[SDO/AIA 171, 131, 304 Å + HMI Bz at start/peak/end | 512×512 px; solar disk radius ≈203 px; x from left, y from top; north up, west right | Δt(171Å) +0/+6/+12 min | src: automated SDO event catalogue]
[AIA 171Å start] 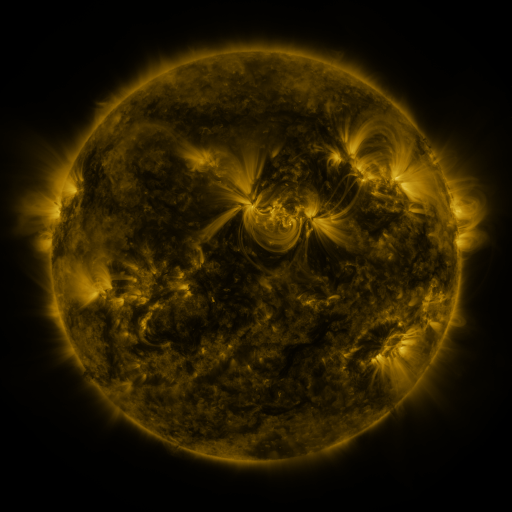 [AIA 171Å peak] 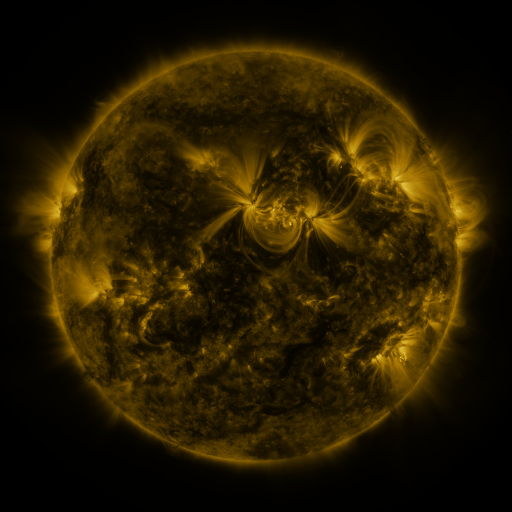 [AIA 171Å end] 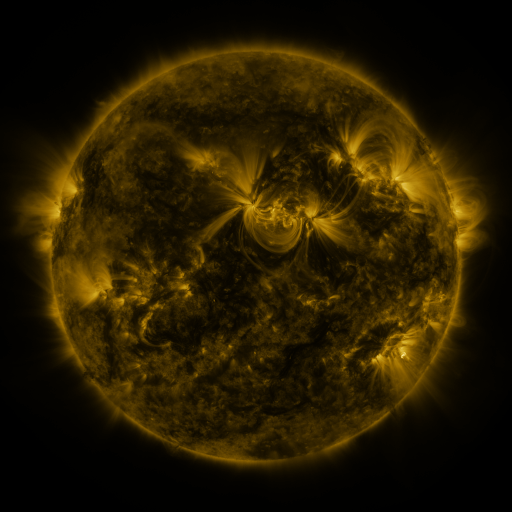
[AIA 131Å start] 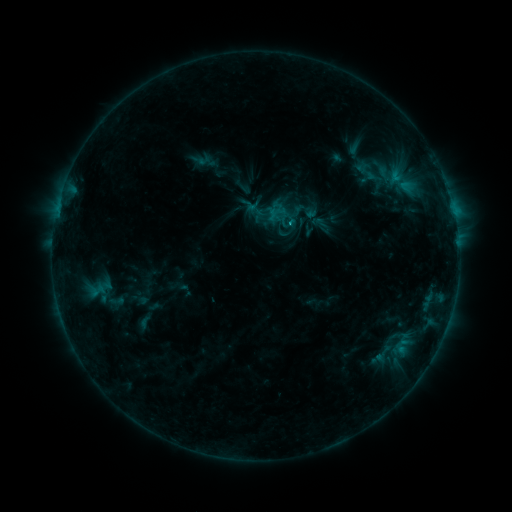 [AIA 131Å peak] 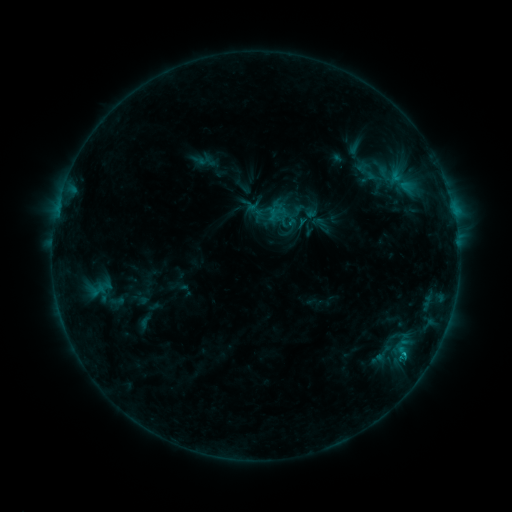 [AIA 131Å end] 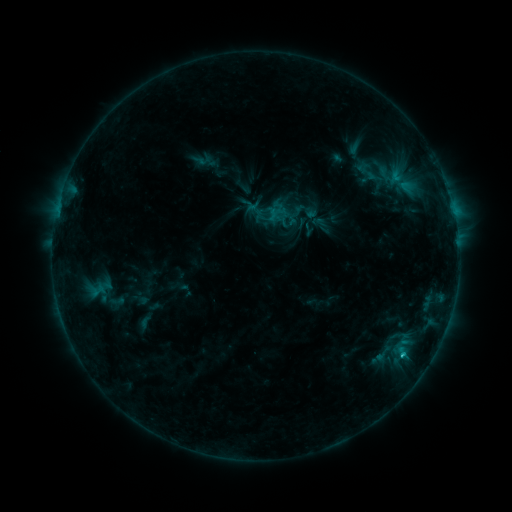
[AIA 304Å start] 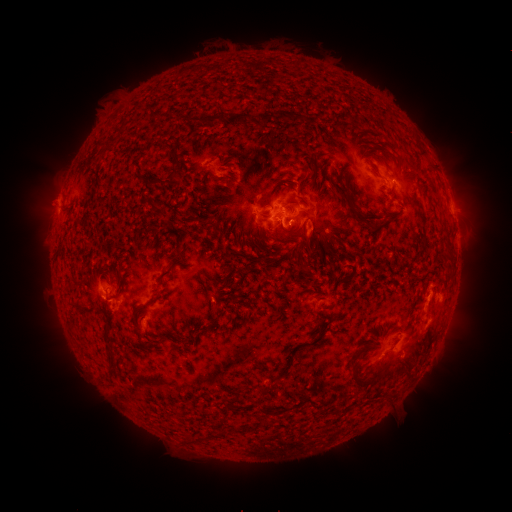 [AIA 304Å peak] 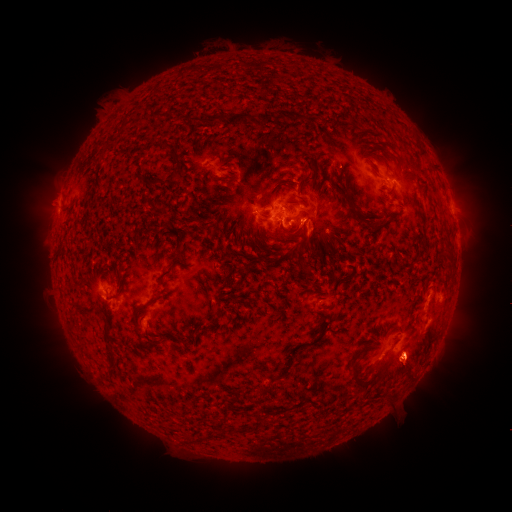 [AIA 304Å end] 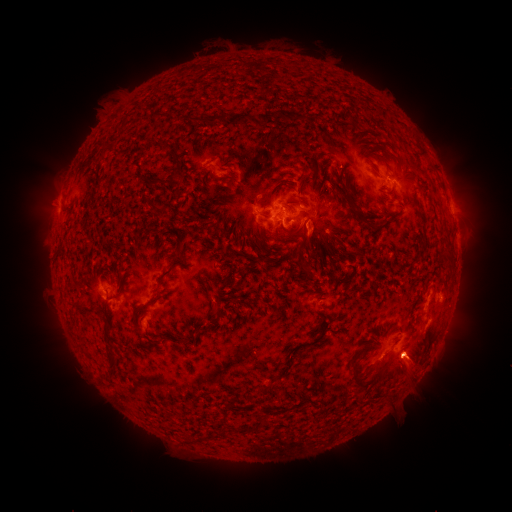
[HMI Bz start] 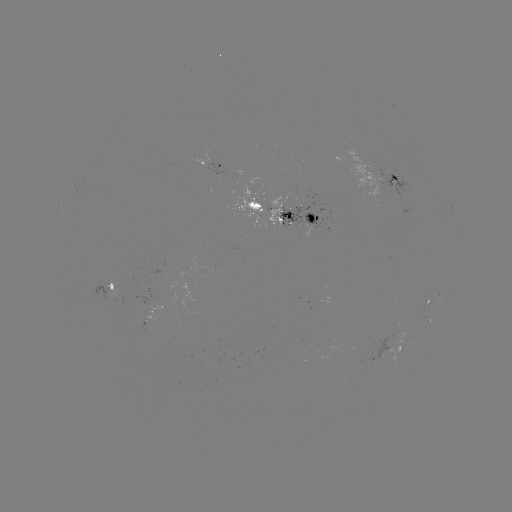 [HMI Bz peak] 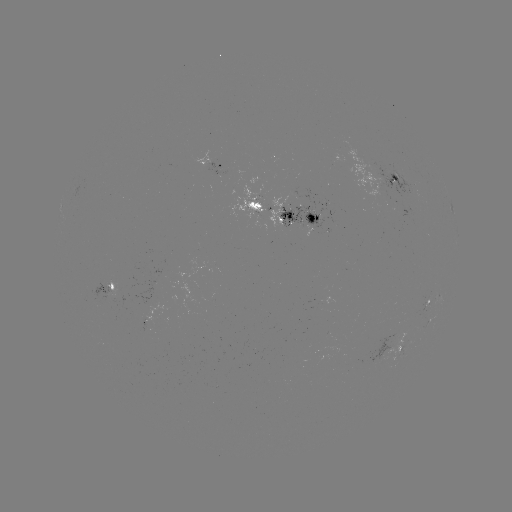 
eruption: (365, 320, 477, 437)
